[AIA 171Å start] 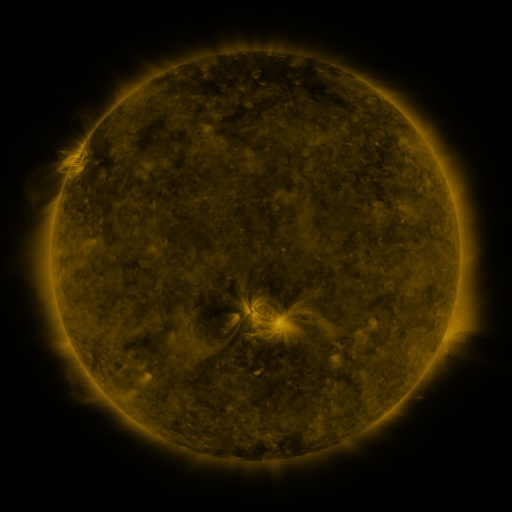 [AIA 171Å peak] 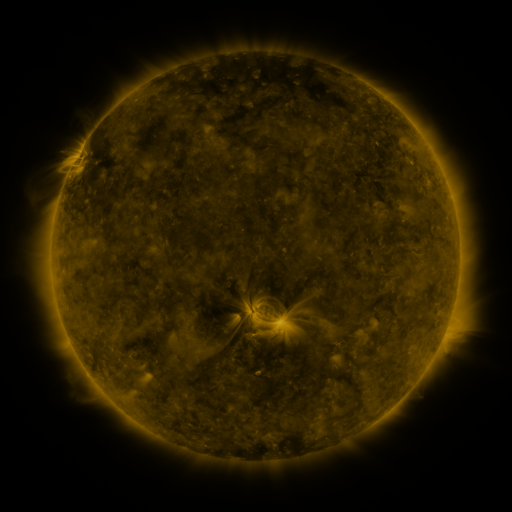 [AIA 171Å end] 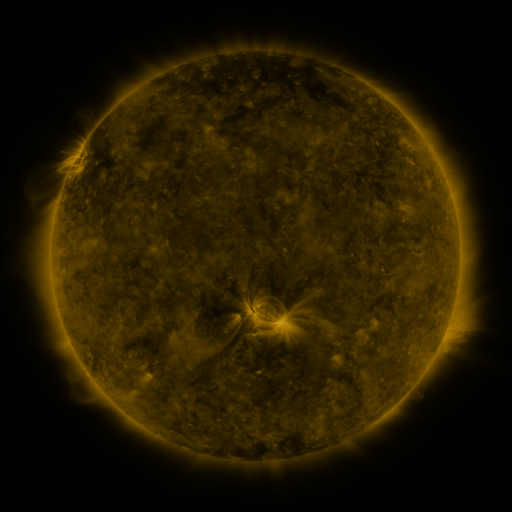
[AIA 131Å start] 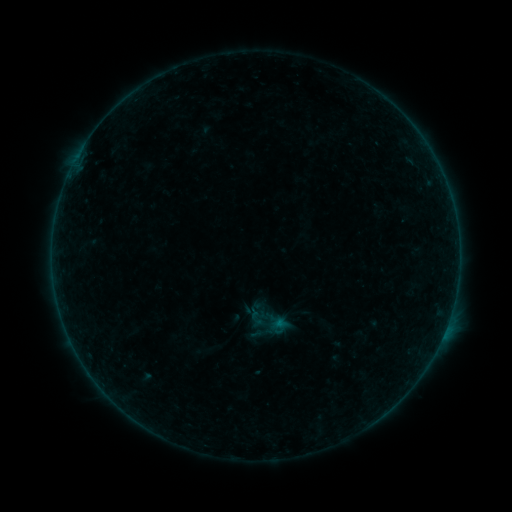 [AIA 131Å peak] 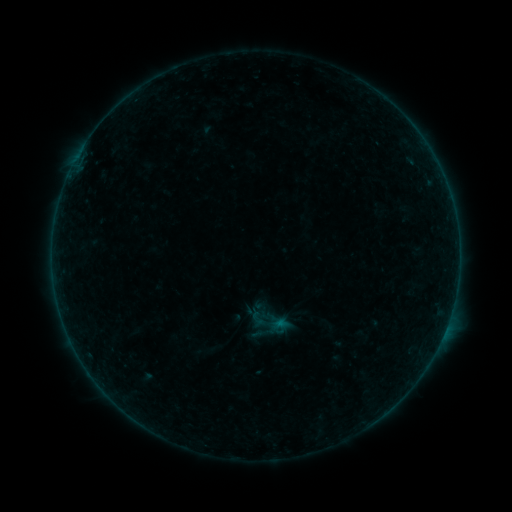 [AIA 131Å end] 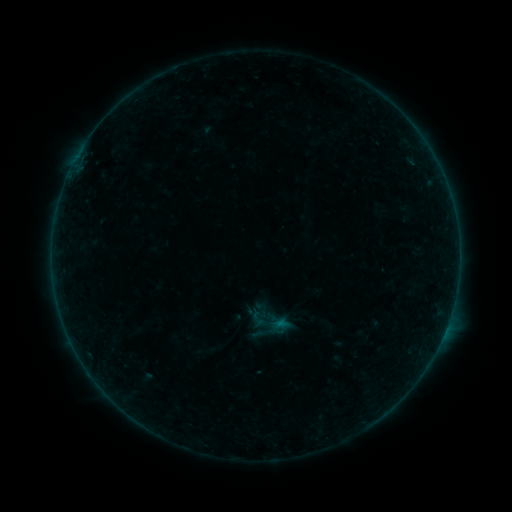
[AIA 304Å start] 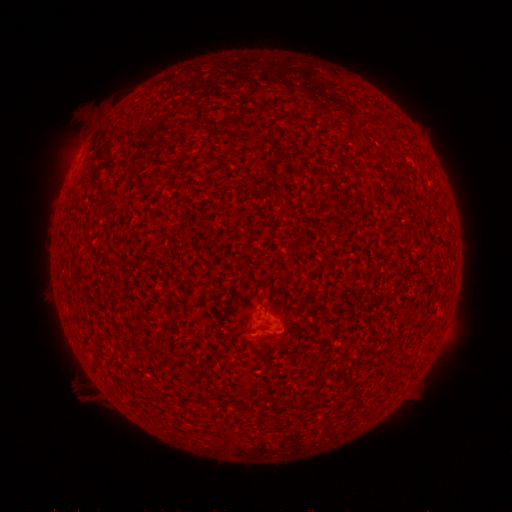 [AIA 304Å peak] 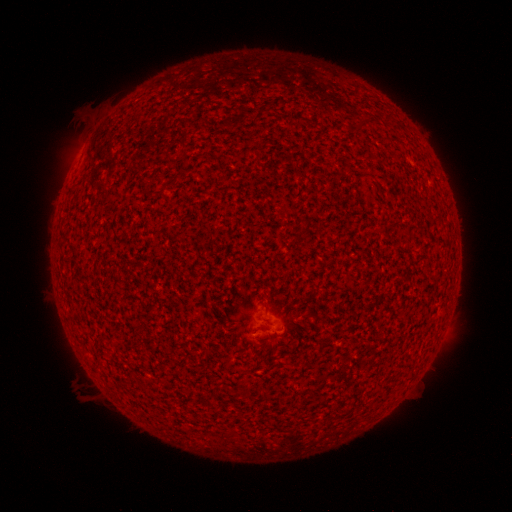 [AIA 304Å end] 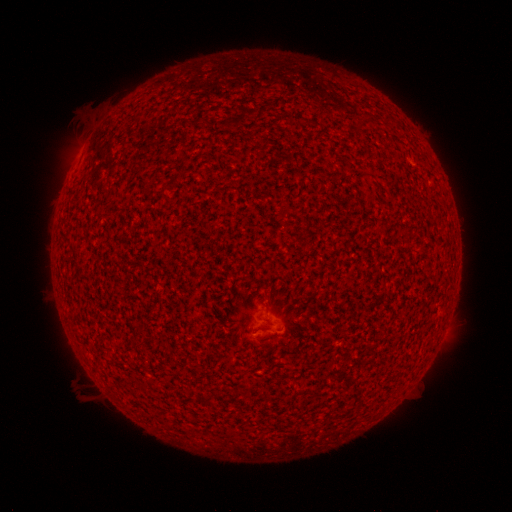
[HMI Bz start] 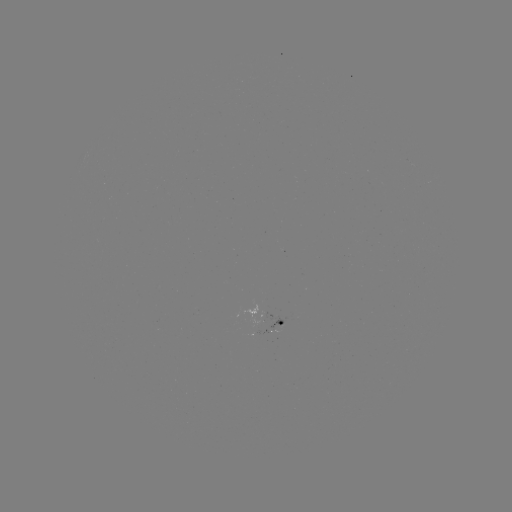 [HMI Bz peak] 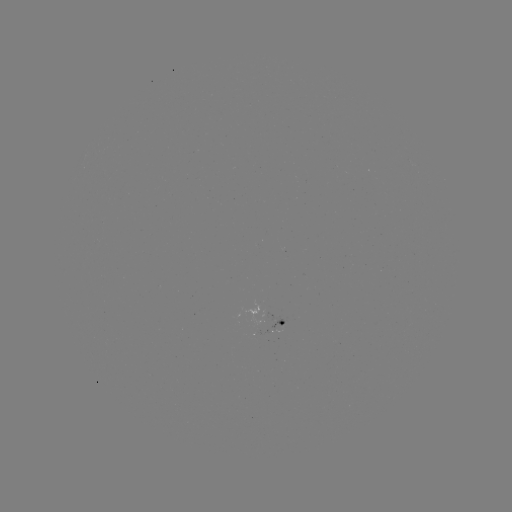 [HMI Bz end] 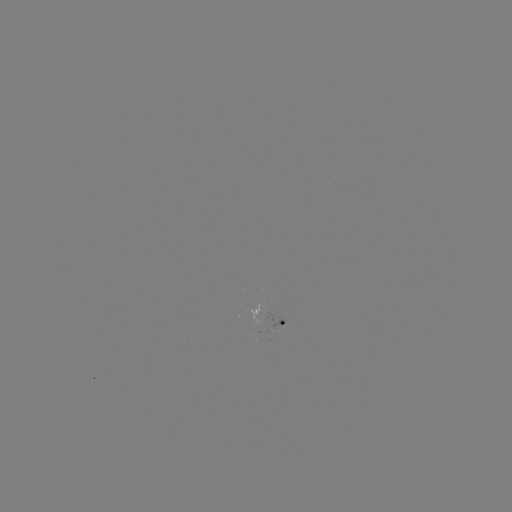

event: flare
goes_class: A5.2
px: (445, 329)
